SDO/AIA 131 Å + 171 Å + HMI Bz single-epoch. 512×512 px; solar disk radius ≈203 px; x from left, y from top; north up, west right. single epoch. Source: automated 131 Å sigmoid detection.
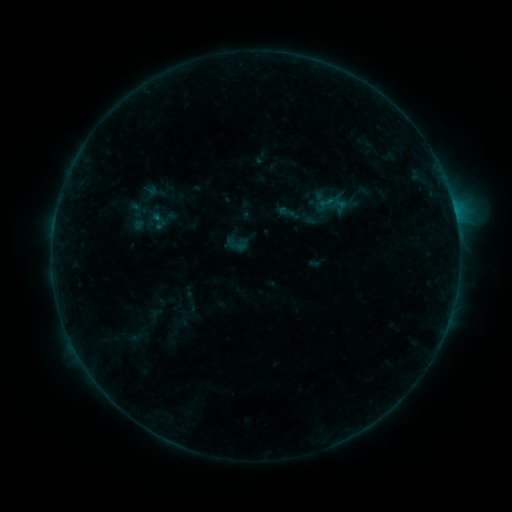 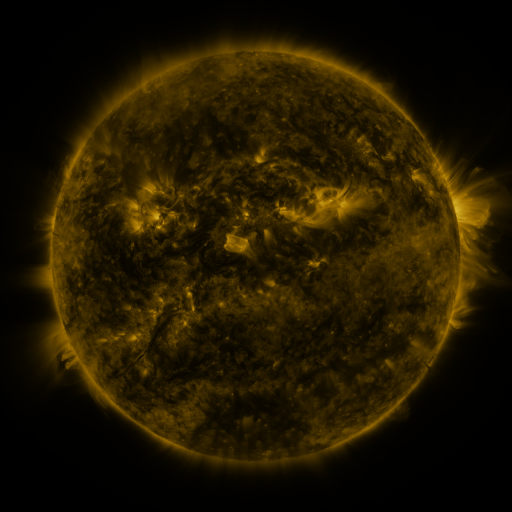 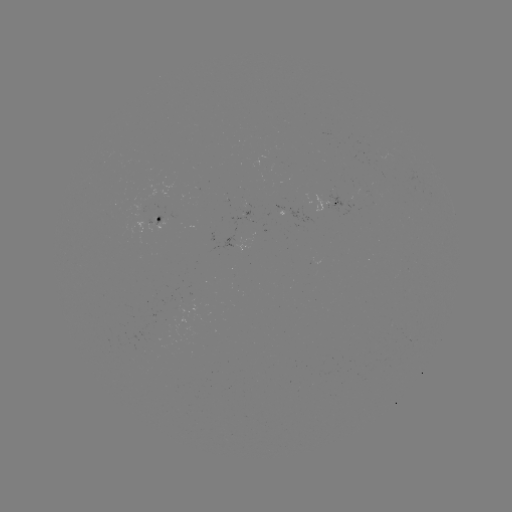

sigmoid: (277, 203, 296, 221)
